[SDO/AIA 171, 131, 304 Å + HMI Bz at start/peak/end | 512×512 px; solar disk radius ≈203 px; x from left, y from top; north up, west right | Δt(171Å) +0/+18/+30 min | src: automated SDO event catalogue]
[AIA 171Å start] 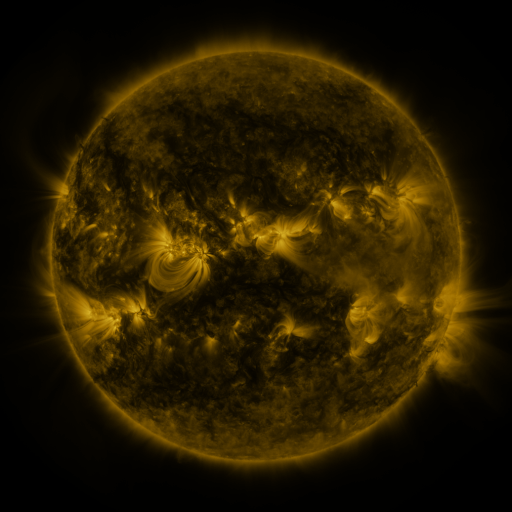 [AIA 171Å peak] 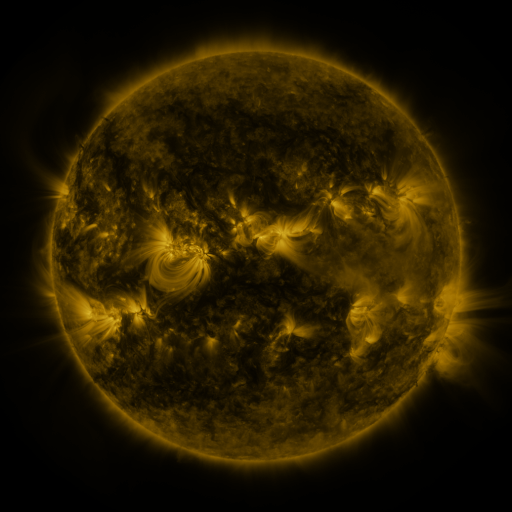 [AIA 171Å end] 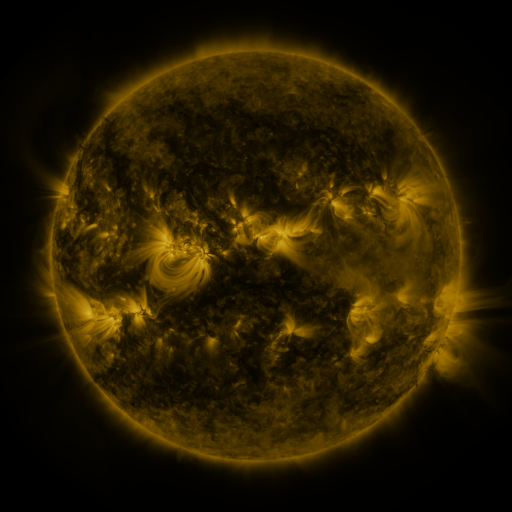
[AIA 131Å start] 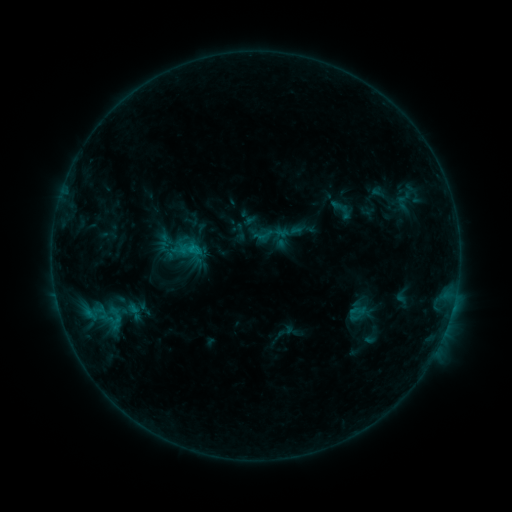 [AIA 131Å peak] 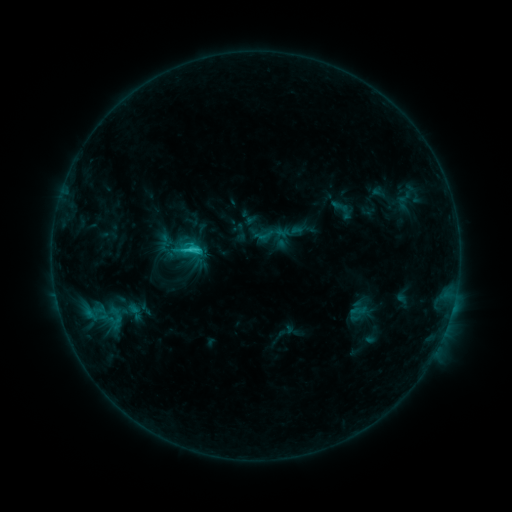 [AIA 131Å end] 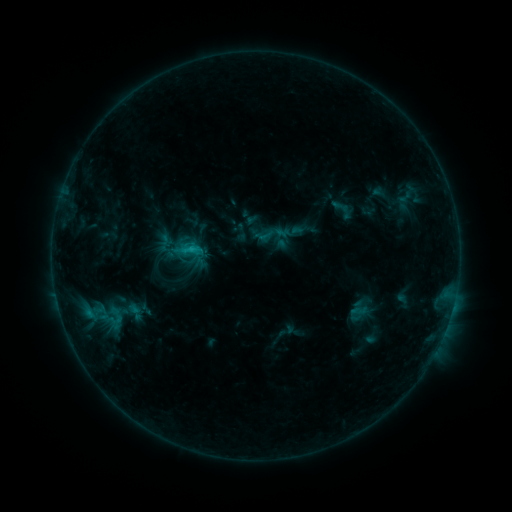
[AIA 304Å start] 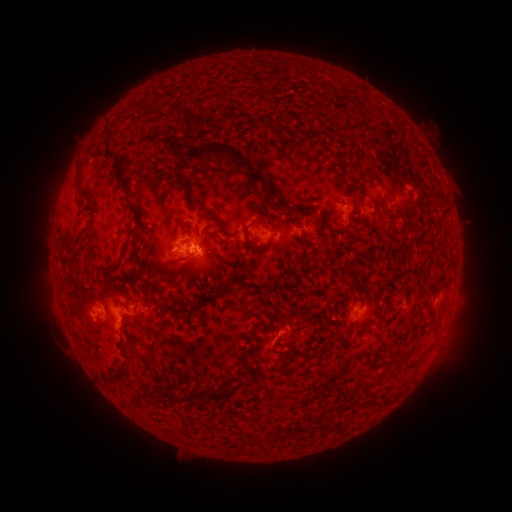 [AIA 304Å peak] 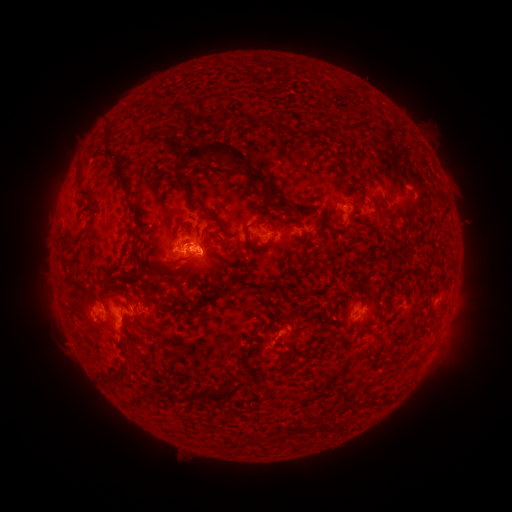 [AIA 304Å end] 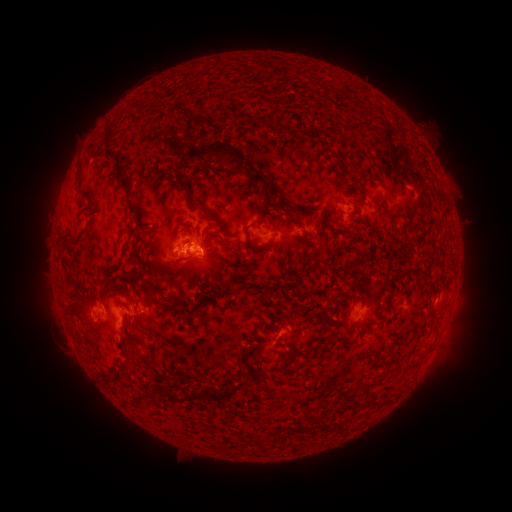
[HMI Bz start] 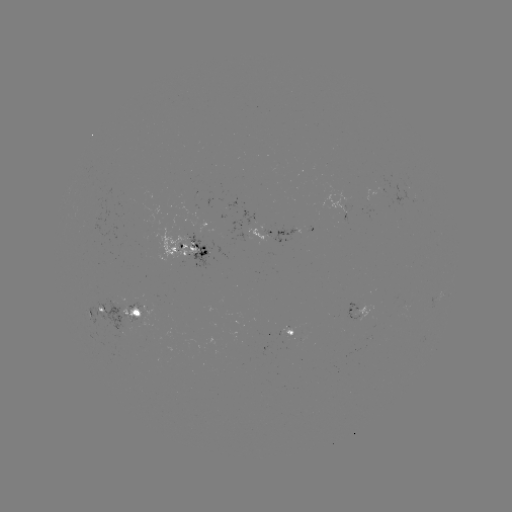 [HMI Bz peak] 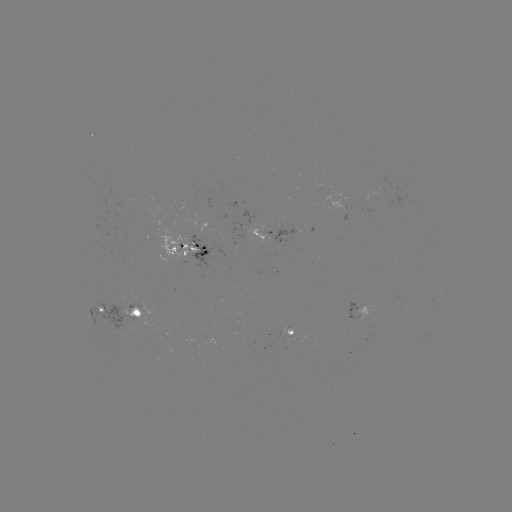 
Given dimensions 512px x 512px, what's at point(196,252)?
C2.0 flare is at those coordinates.